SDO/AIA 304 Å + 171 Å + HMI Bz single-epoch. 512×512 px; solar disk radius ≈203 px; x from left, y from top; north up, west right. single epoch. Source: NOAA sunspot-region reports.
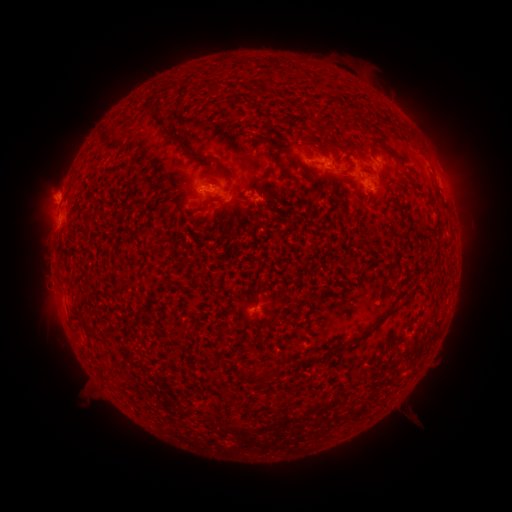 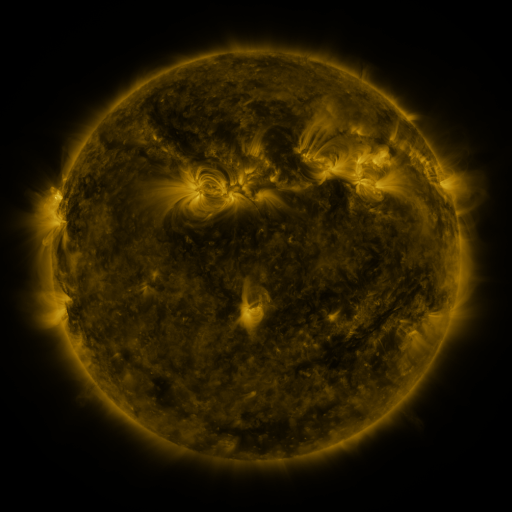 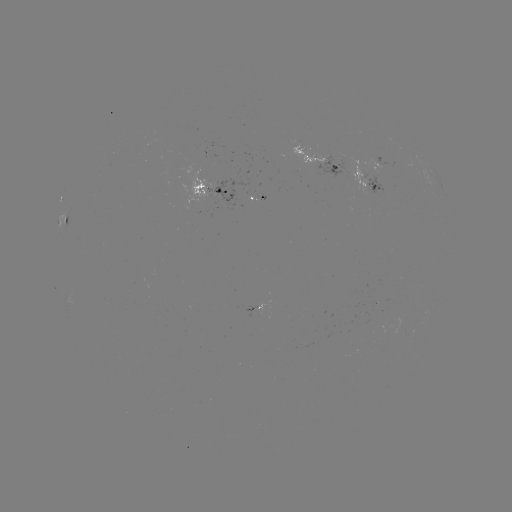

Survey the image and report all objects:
spotted active region: (320, 161)
spotted active region: (215, 183)
spotted active region: (365, 183)
spotted active region: (259, 196)
spotted active region: (65, 217)
spotted active region: (259, 306)
